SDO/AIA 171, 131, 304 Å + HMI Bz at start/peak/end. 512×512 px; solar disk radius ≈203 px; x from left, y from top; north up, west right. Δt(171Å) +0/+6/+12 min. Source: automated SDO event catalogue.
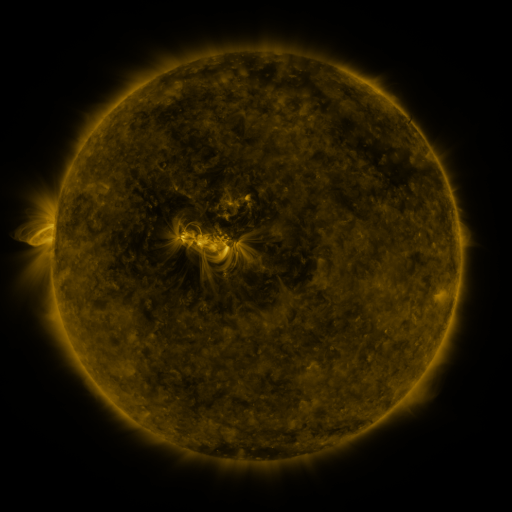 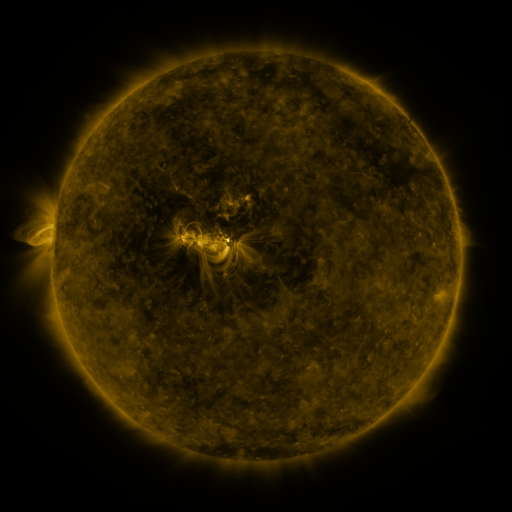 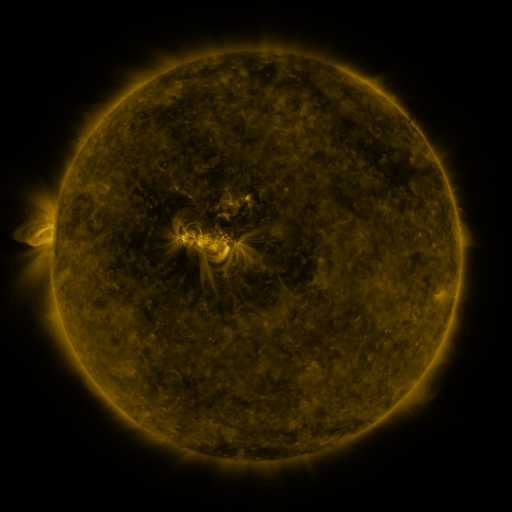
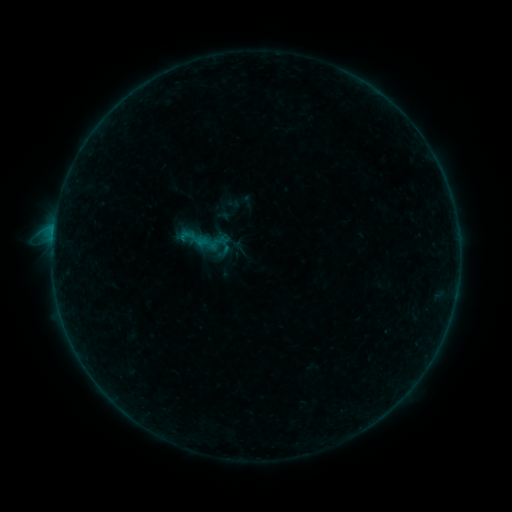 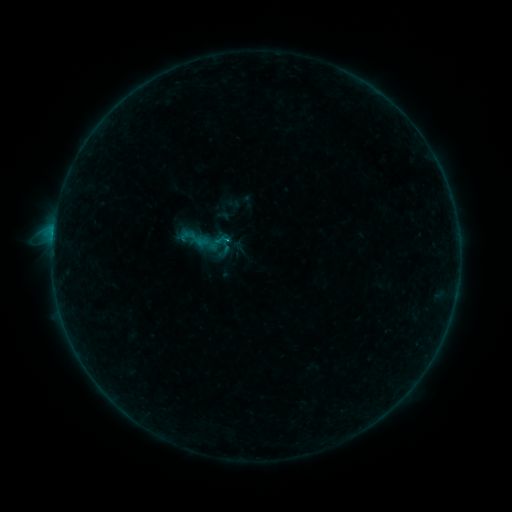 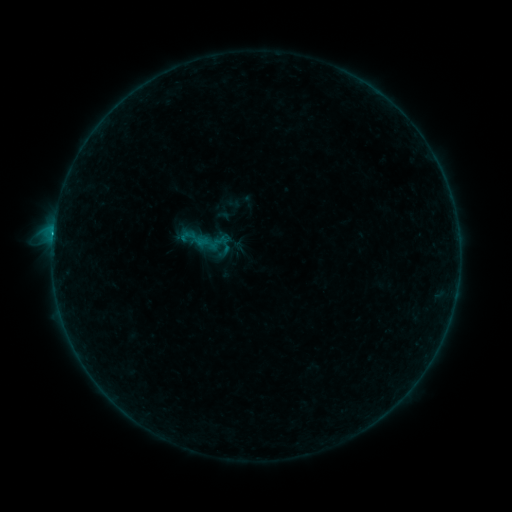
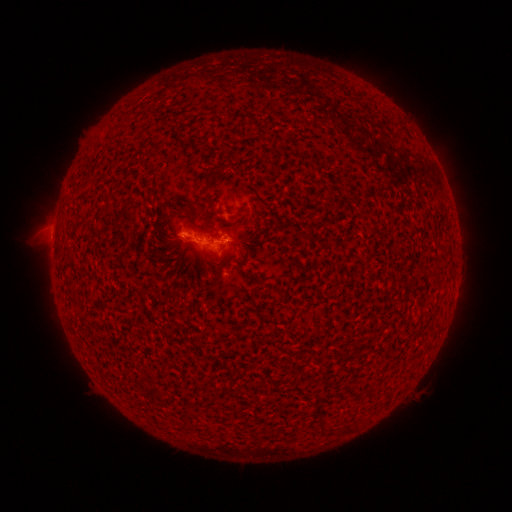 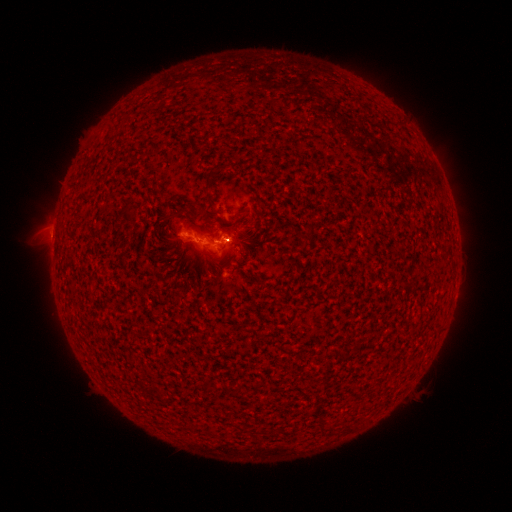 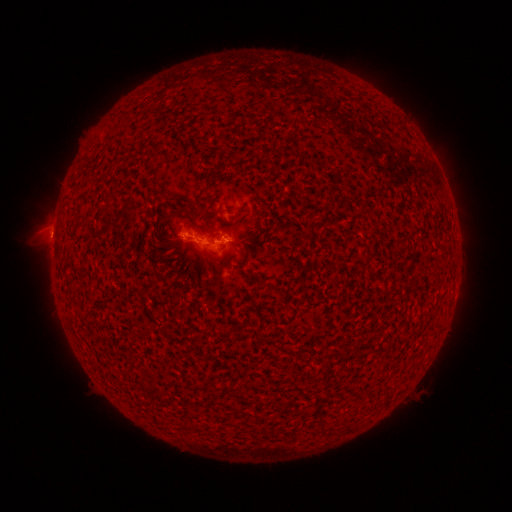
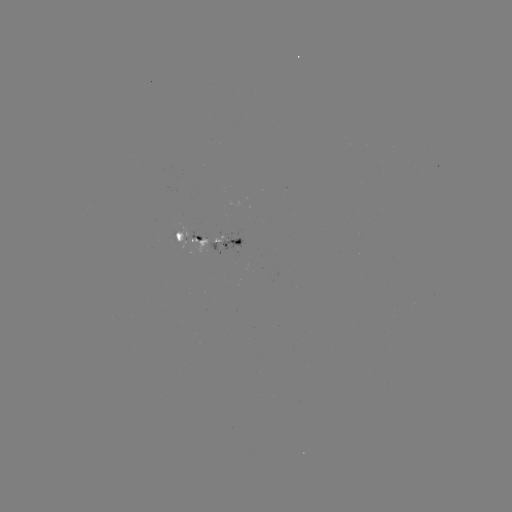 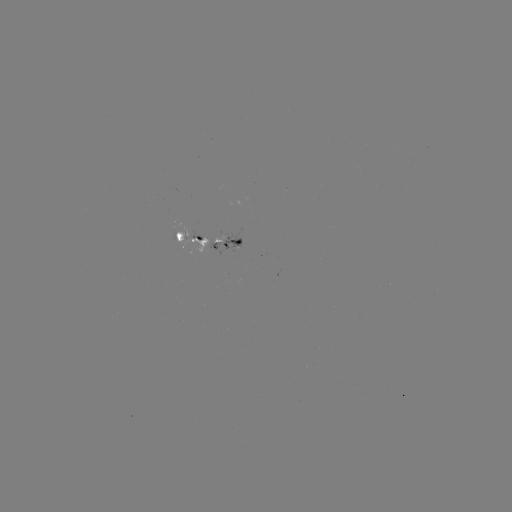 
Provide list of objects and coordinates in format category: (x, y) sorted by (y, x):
B7.2 flare: (53, 235)
